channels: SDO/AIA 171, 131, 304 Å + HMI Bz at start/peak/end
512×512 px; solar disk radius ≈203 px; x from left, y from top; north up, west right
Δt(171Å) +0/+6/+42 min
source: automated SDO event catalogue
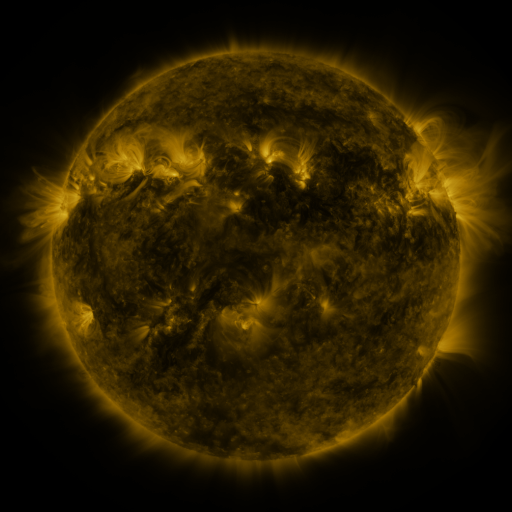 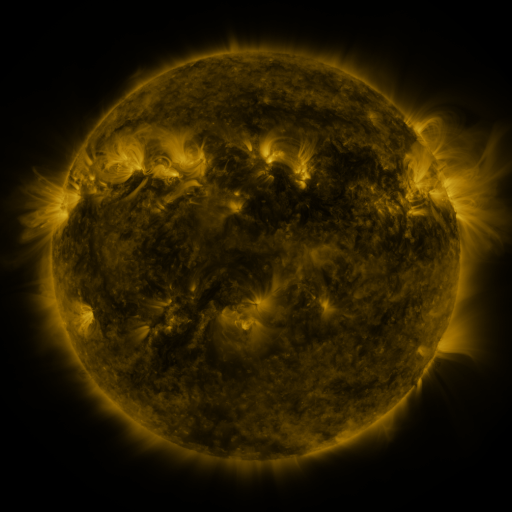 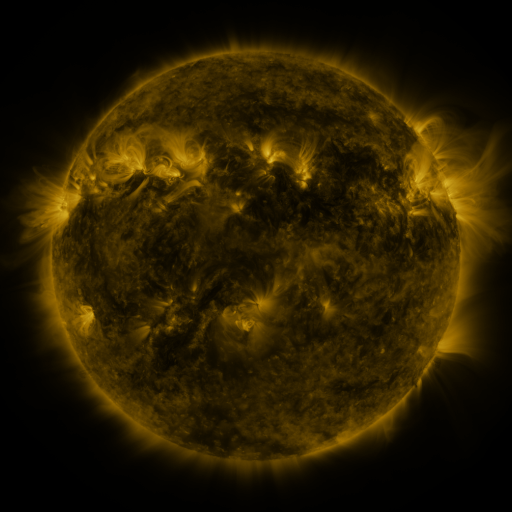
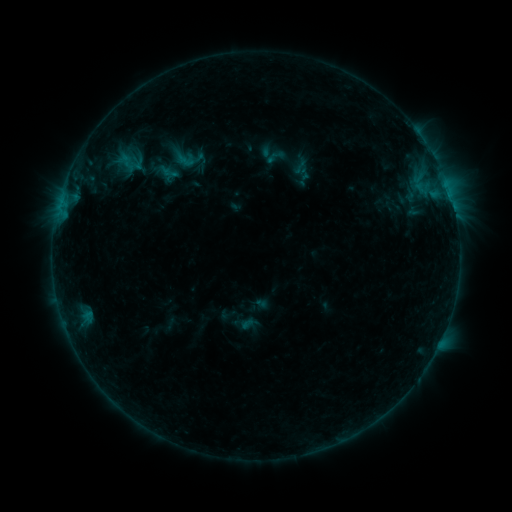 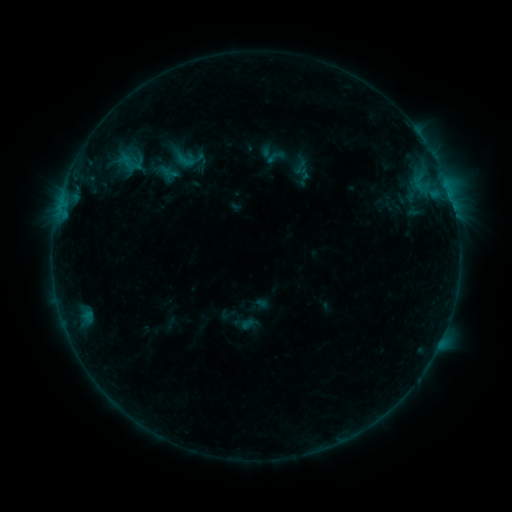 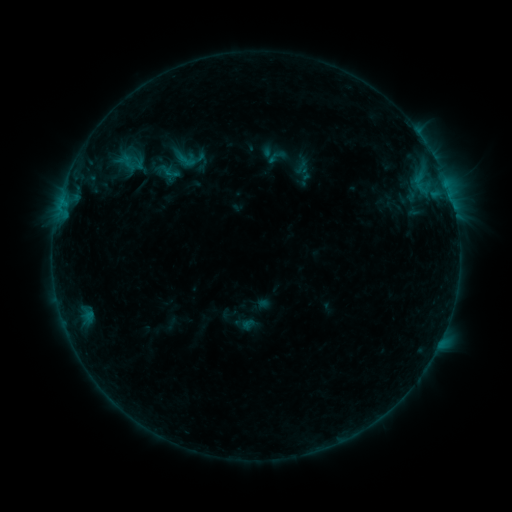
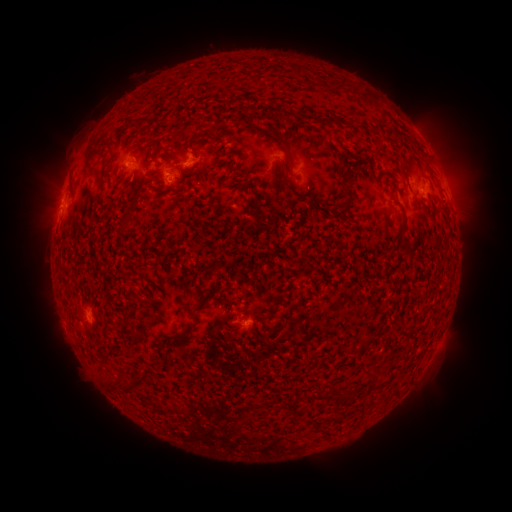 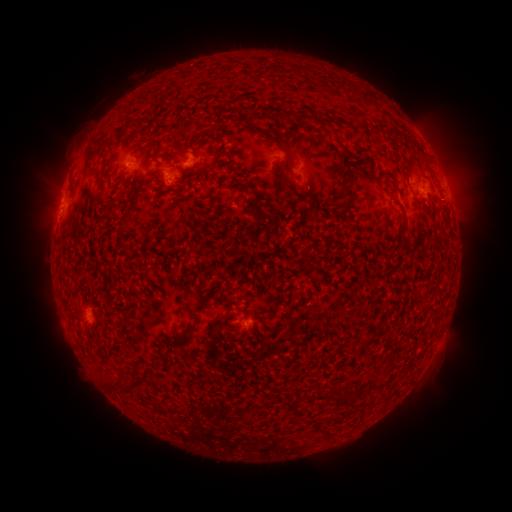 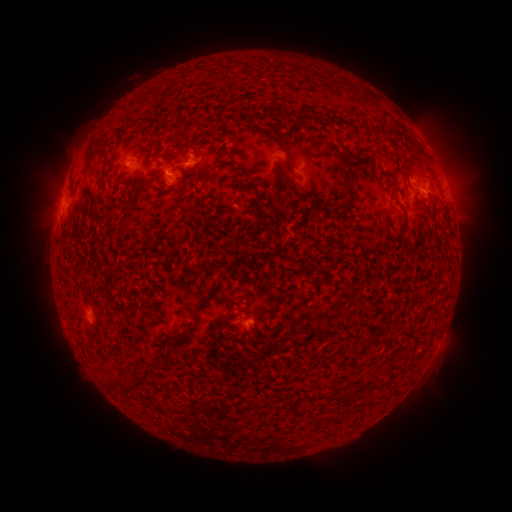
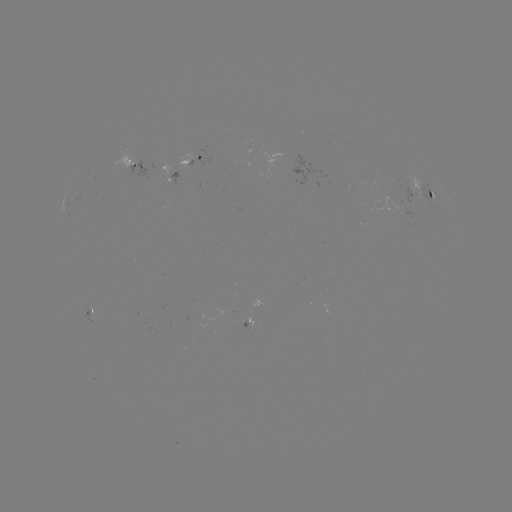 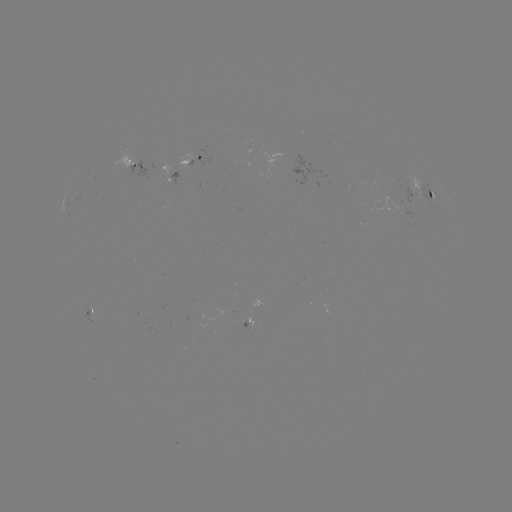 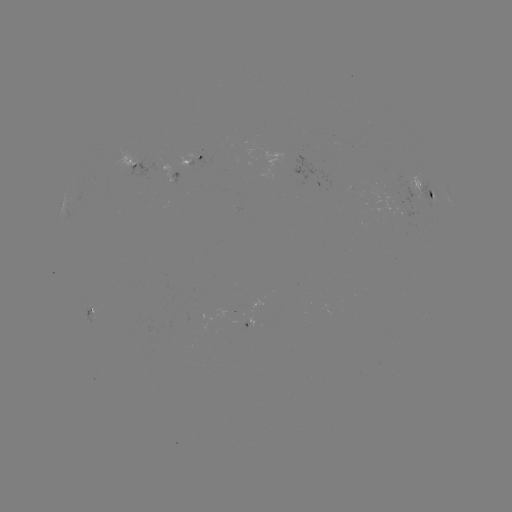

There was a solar emerging-flux region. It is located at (170, 177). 